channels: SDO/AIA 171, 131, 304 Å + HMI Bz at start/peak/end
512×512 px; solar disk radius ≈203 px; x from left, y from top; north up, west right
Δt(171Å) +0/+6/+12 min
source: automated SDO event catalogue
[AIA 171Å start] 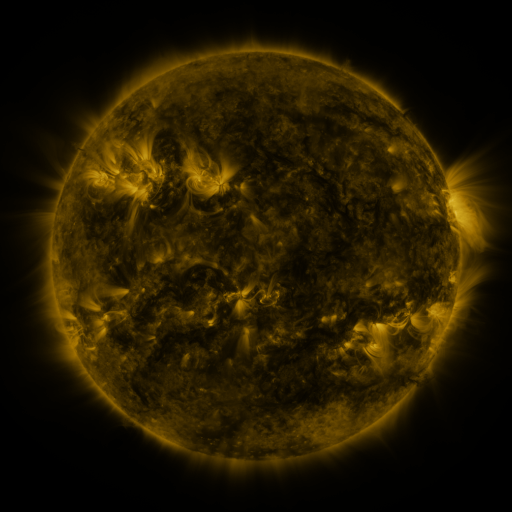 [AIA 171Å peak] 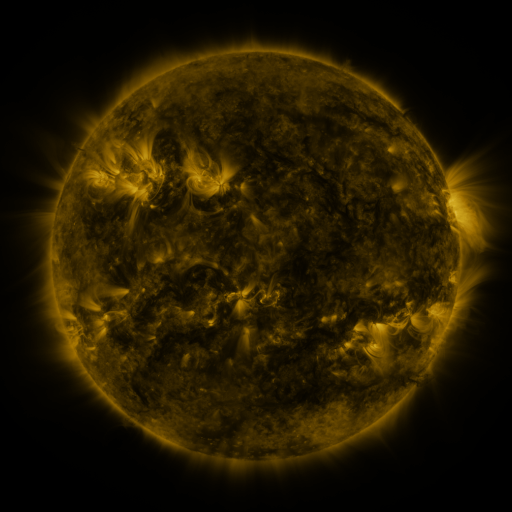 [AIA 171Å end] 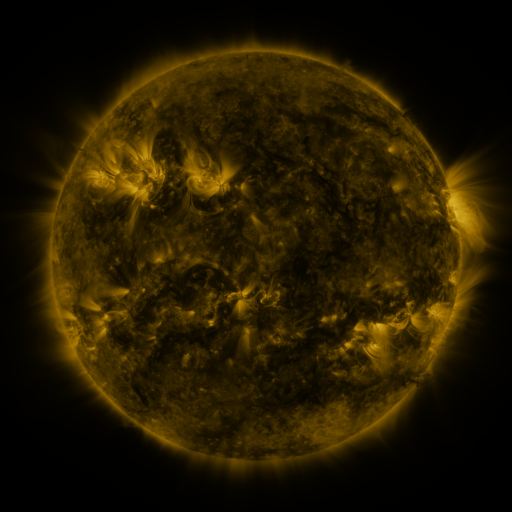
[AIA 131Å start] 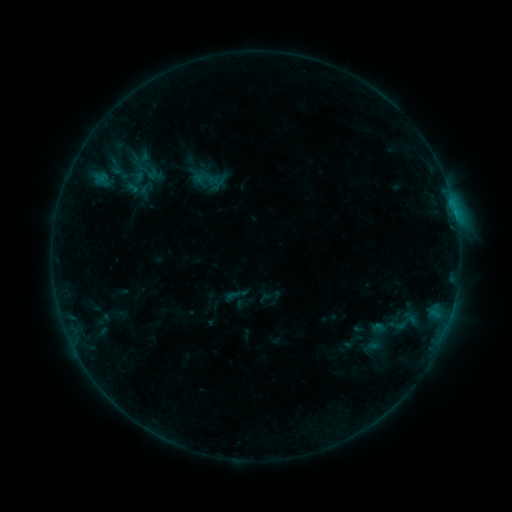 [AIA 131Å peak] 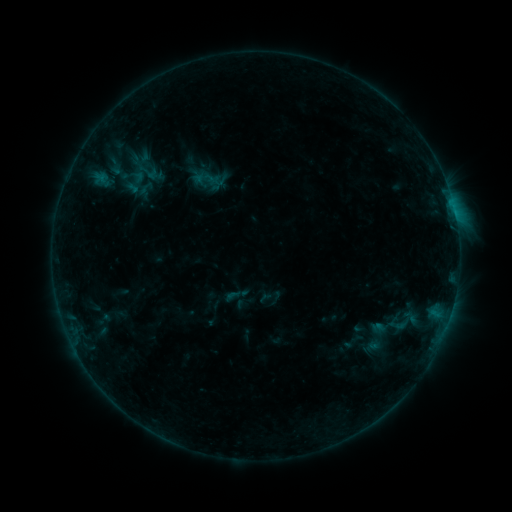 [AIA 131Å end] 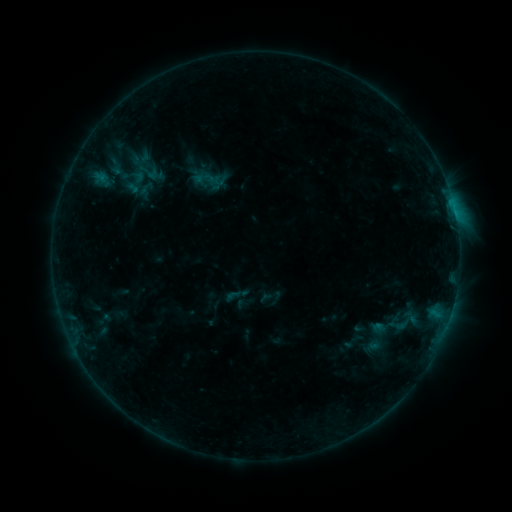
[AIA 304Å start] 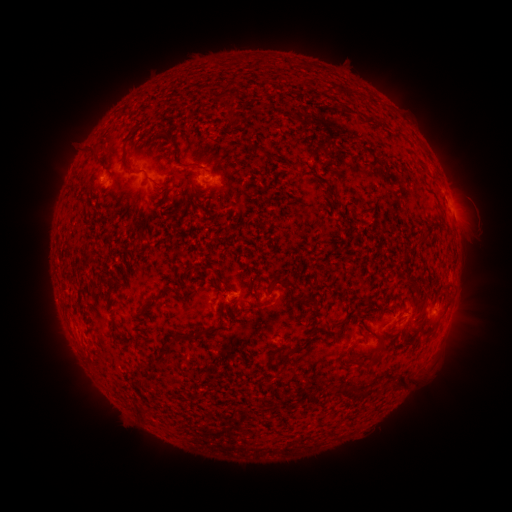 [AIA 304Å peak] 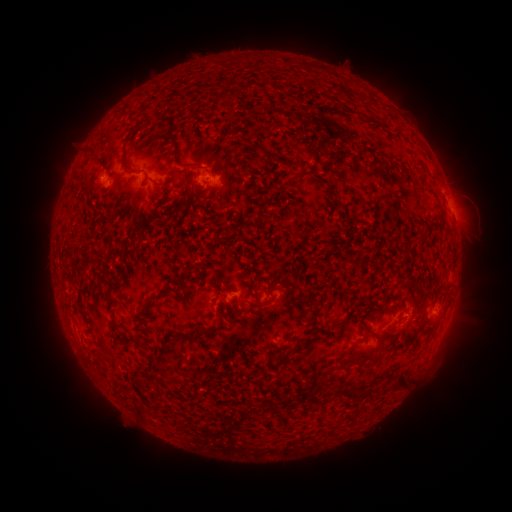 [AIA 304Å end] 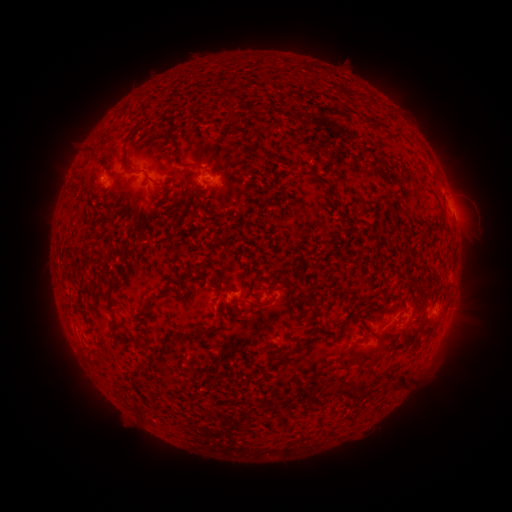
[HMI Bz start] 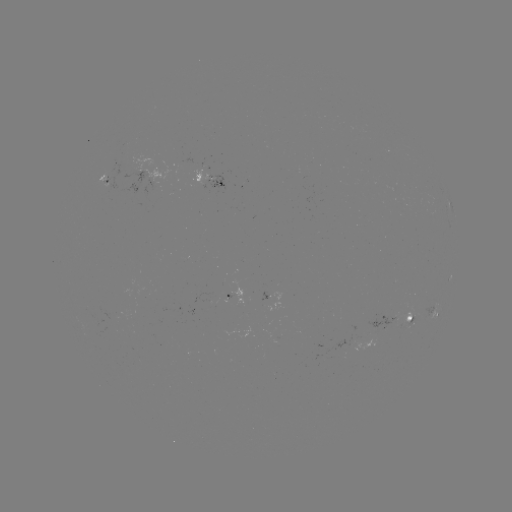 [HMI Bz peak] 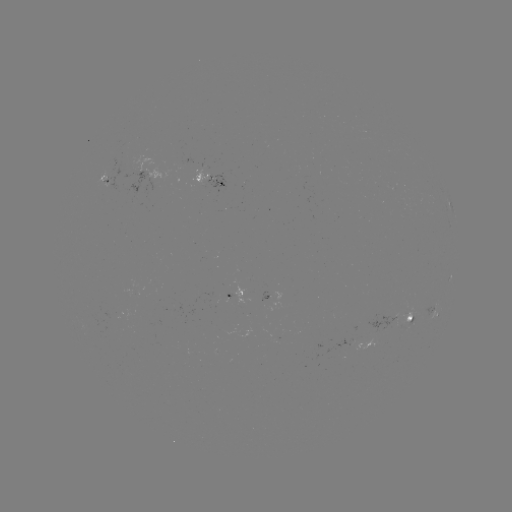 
no flare in any classed list; no EUV-trigger detection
